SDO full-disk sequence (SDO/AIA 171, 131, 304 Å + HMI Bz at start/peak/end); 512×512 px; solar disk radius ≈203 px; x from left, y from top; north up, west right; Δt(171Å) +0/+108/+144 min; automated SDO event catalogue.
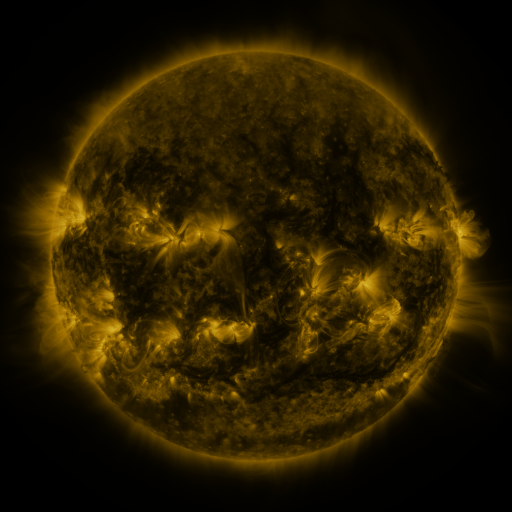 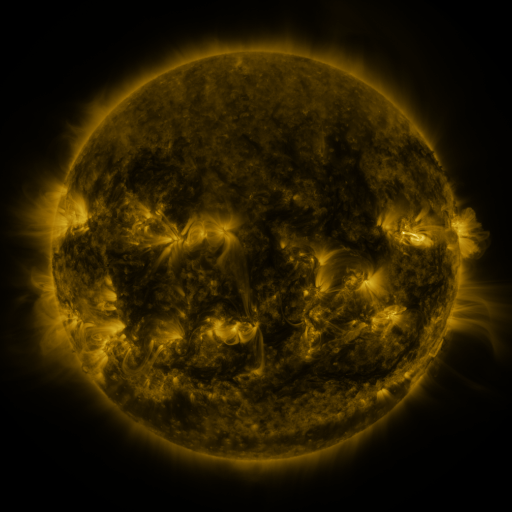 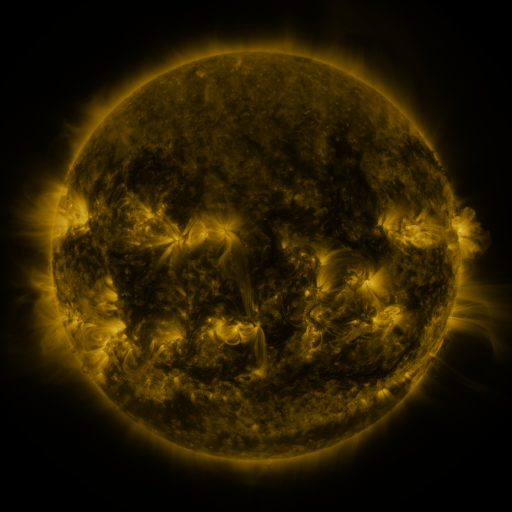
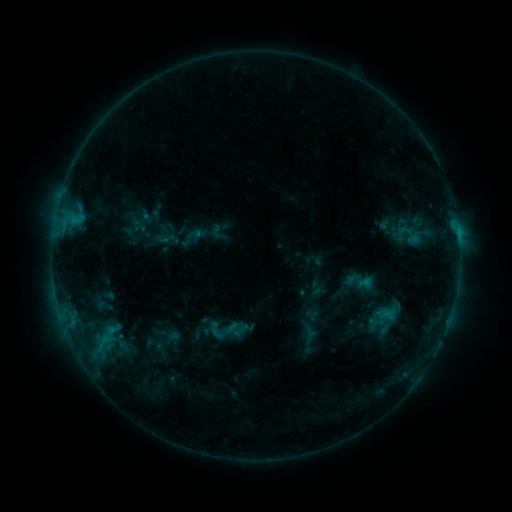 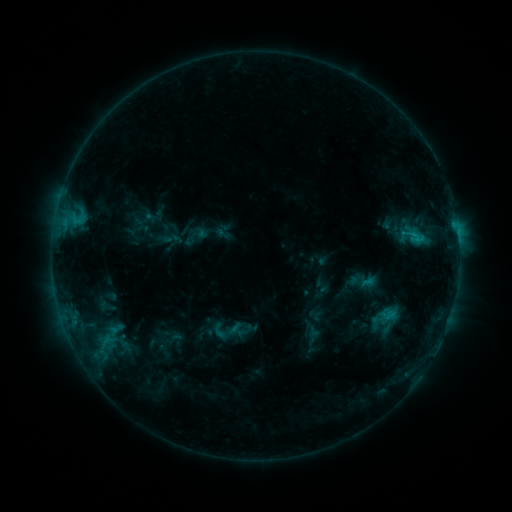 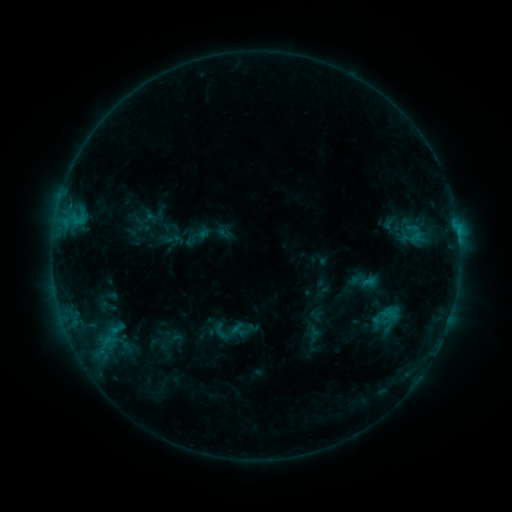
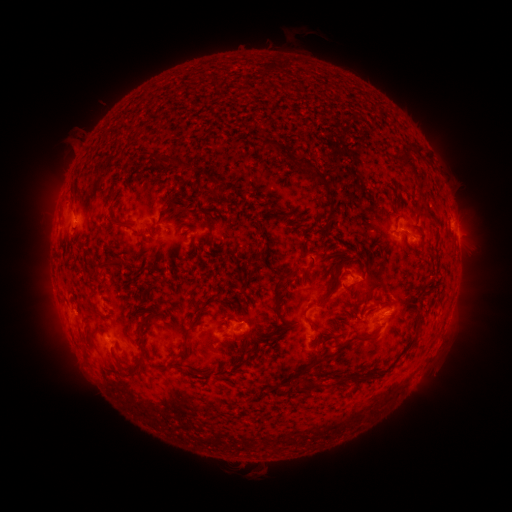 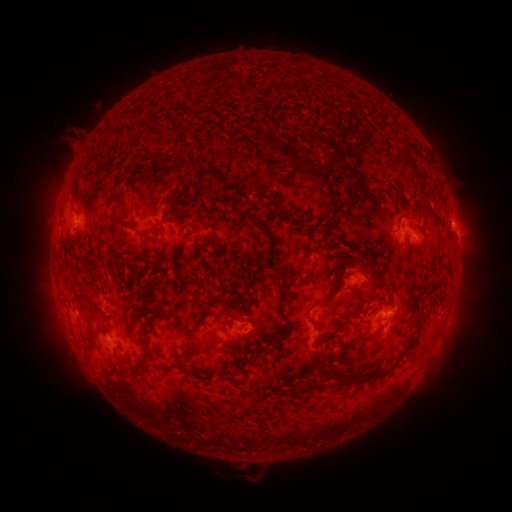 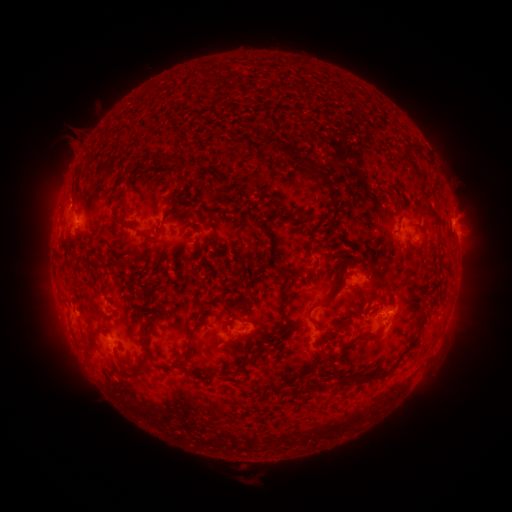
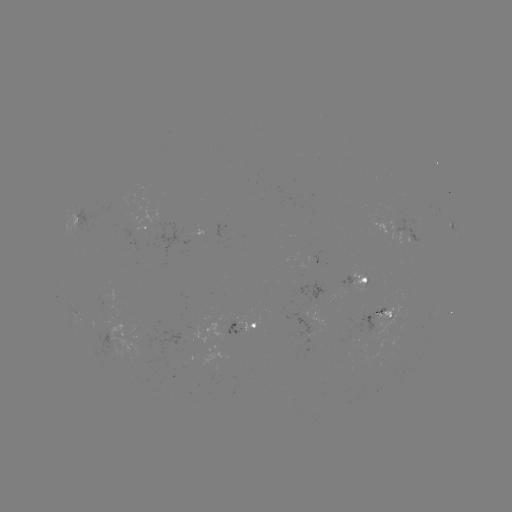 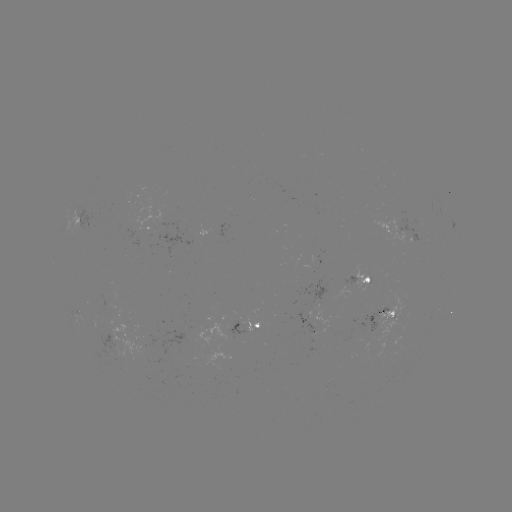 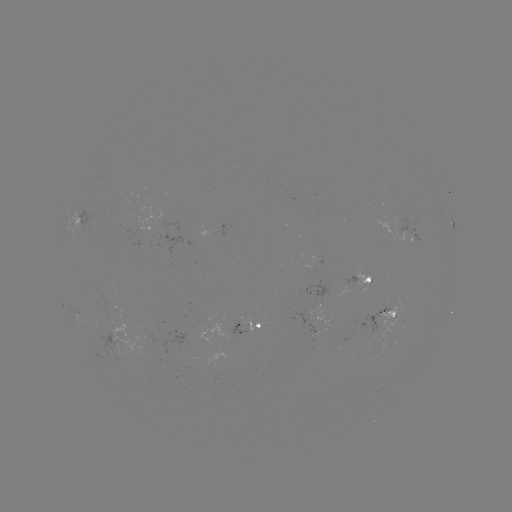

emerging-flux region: [226, 321, 247, 333]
